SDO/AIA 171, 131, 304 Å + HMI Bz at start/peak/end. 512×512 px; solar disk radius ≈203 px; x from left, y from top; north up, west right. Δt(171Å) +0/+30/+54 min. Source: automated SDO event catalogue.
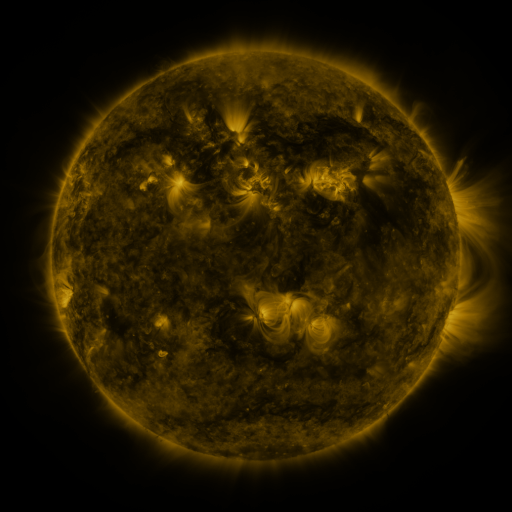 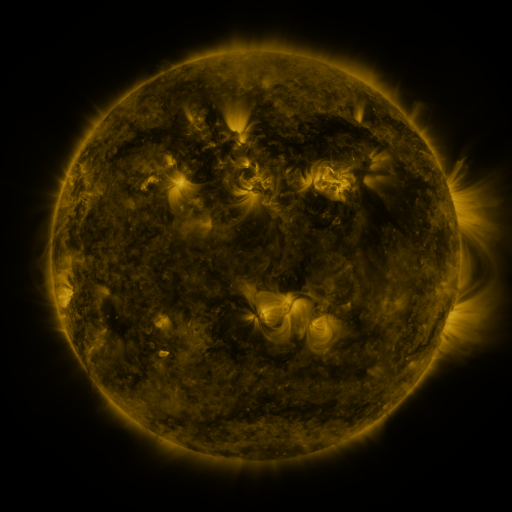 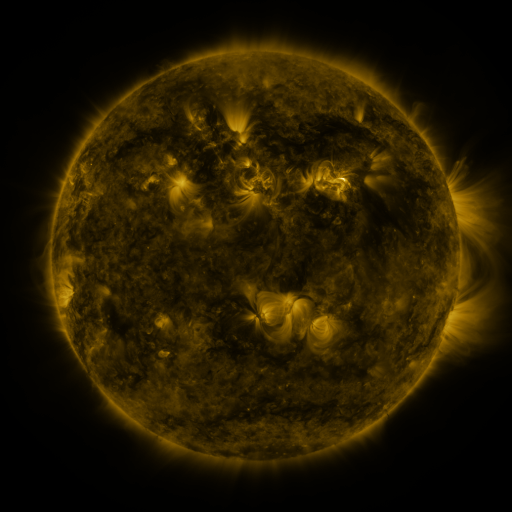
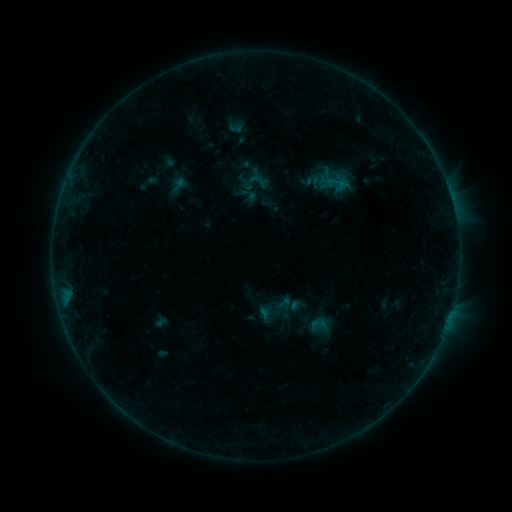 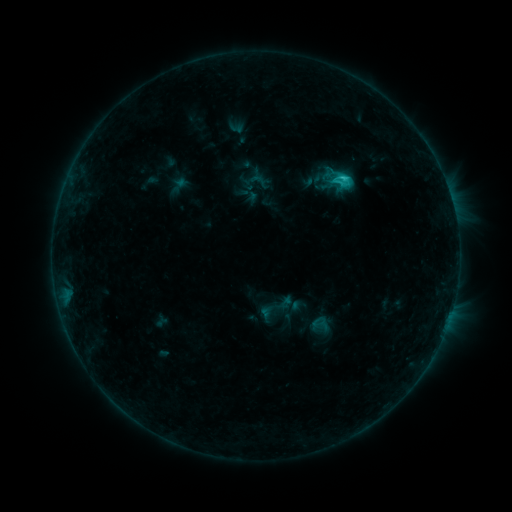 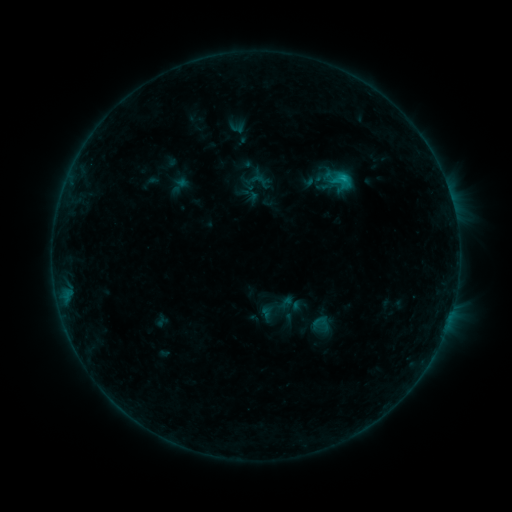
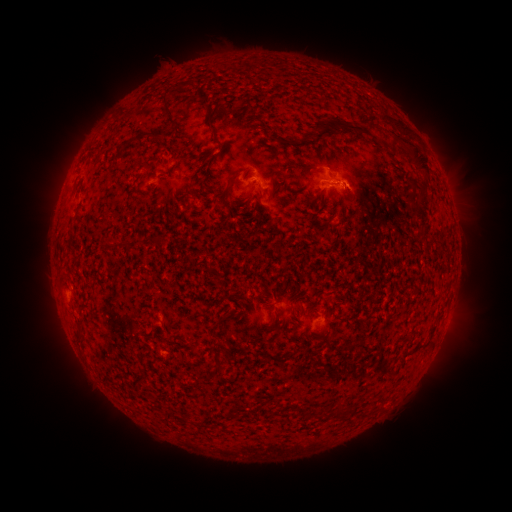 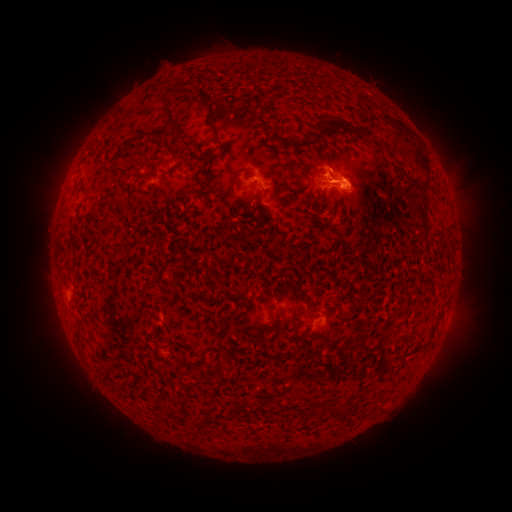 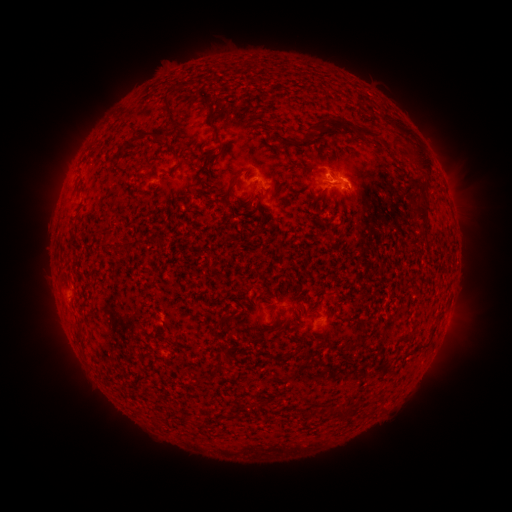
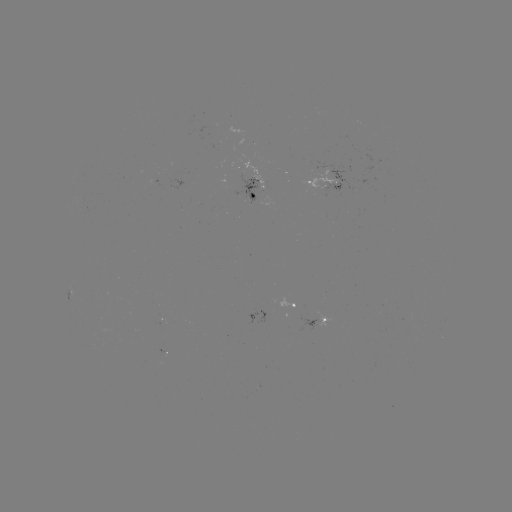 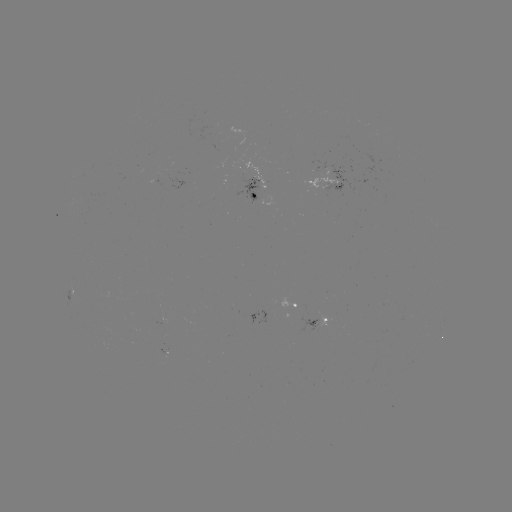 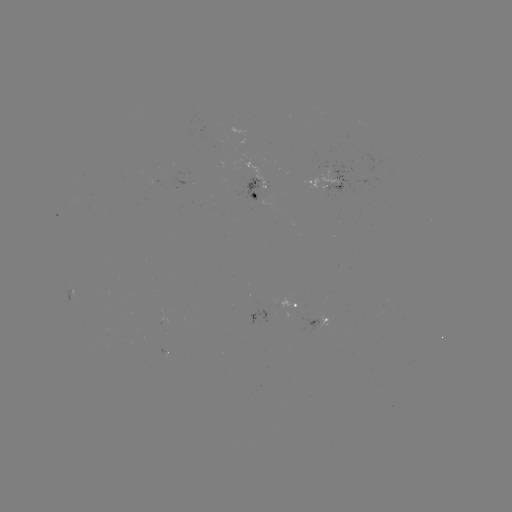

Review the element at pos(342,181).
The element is C1.8 flare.